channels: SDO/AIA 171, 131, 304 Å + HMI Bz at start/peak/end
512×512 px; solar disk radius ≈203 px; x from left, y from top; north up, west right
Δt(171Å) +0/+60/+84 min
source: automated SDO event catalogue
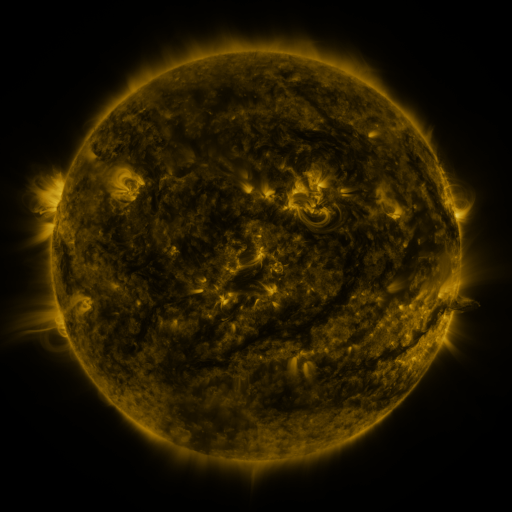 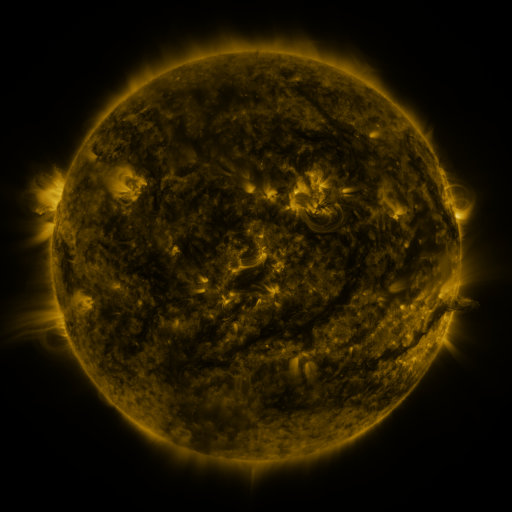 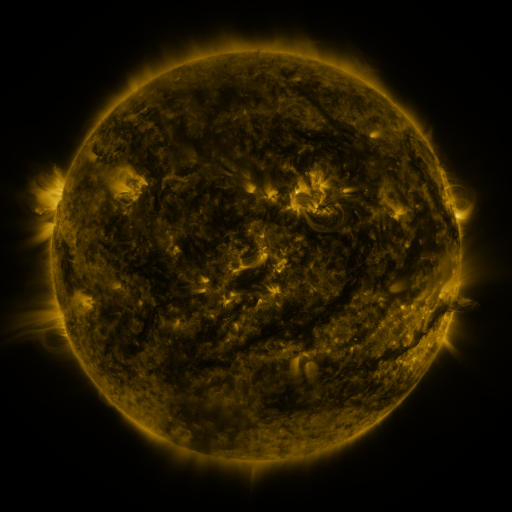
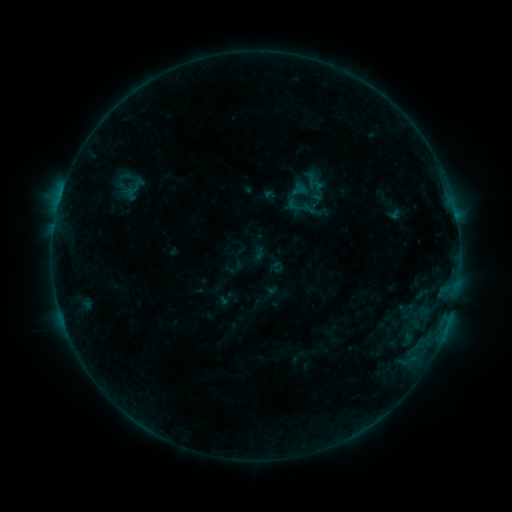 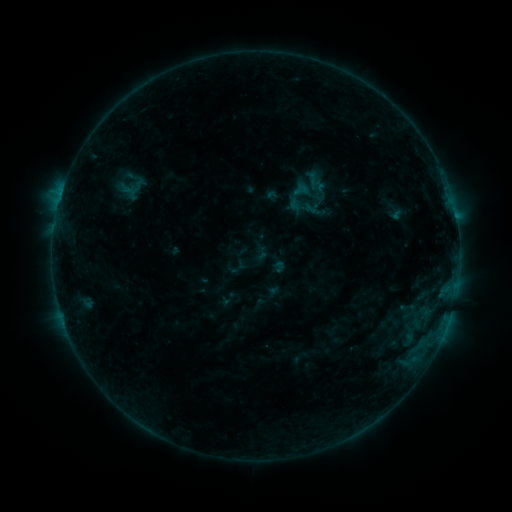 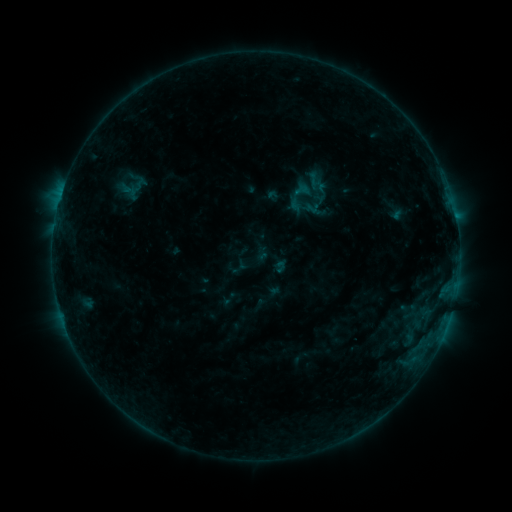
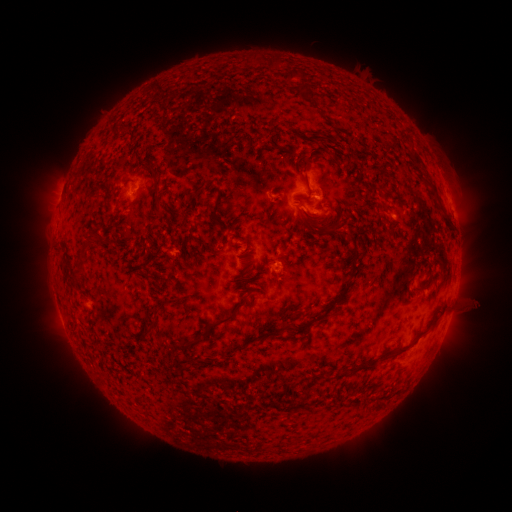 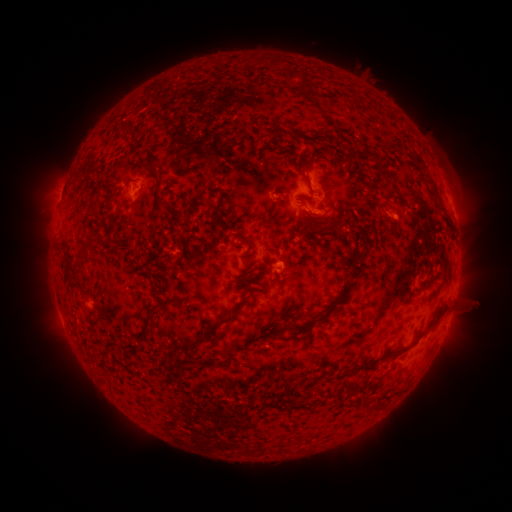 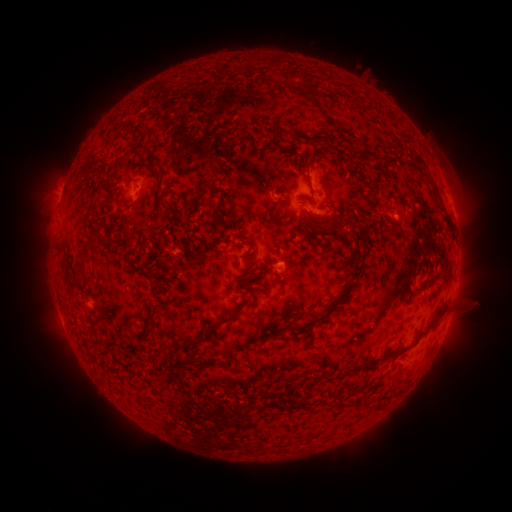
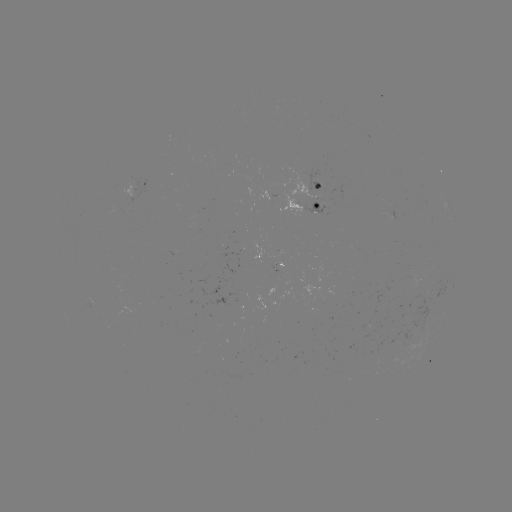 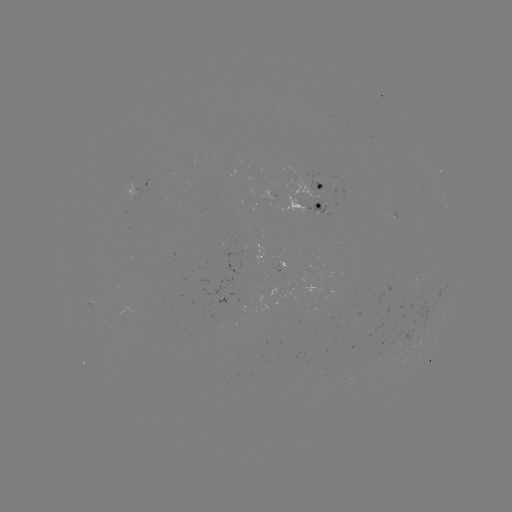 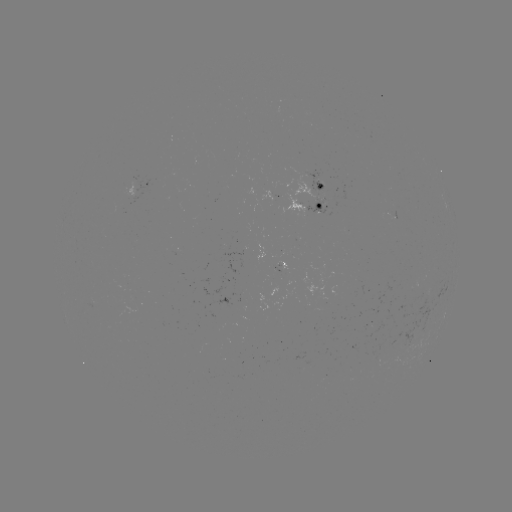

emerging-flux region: (269, 257, 279, 272)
